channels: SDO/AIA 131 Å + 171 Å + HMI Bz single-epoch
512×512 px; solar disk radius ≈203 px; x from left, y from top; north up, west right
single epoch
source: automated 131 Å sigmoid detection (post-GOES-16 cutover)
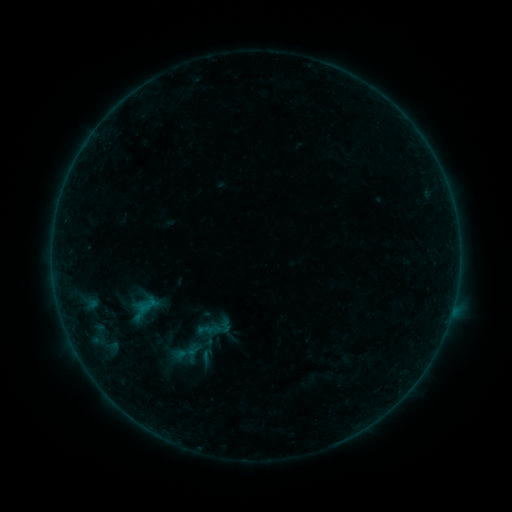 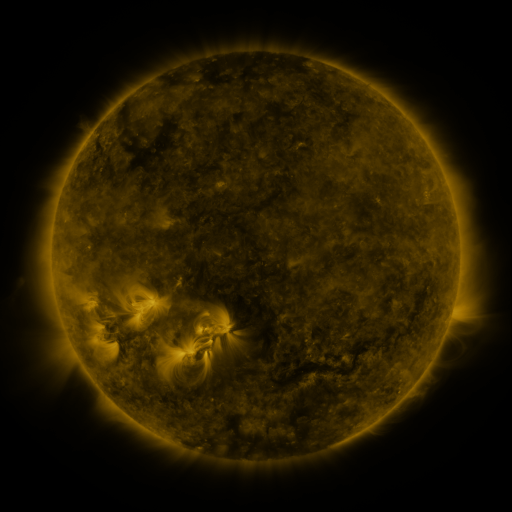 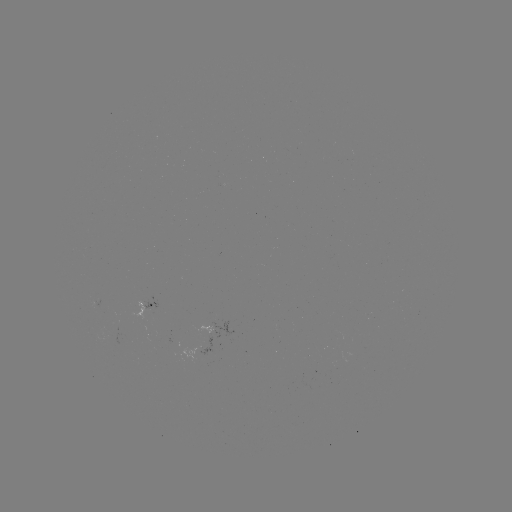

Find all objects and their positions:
sigmoid: <bbox>193, 346, 219, 365</bbox>
